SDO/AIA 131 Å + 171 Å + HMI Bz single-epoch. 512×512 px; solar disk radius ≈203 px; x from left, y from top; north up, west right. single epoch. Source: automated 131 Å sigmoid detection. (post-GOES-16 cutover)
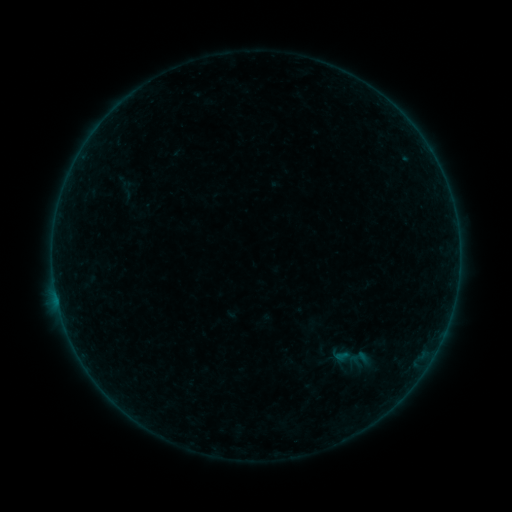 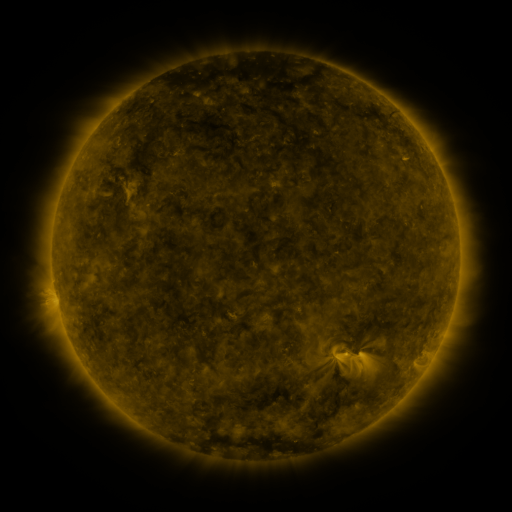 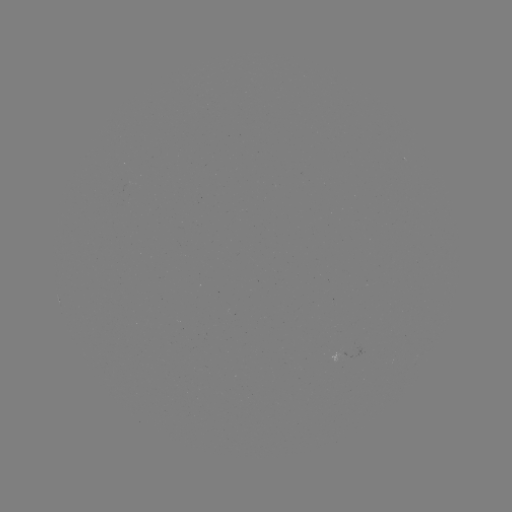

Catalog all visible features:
sigmoid: (348, 347, 370, 369)
